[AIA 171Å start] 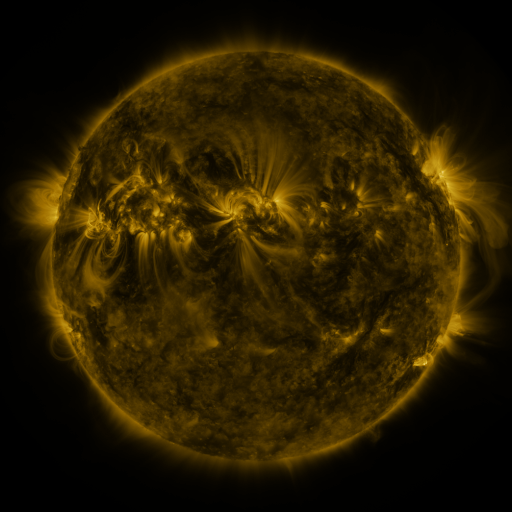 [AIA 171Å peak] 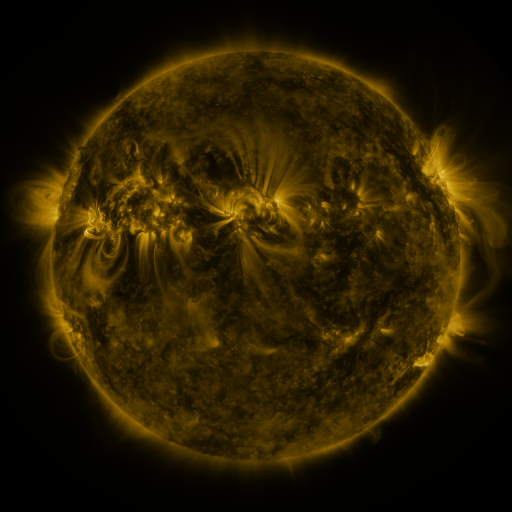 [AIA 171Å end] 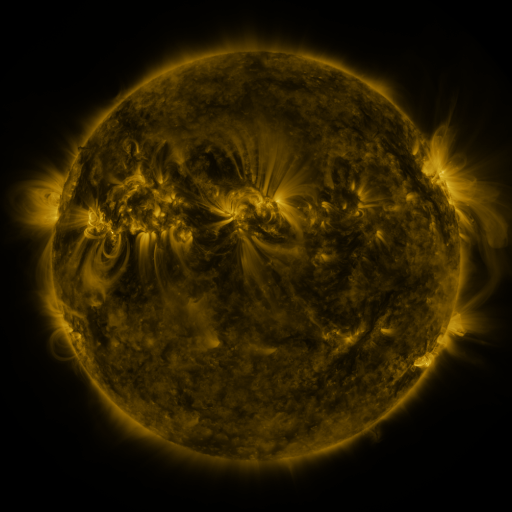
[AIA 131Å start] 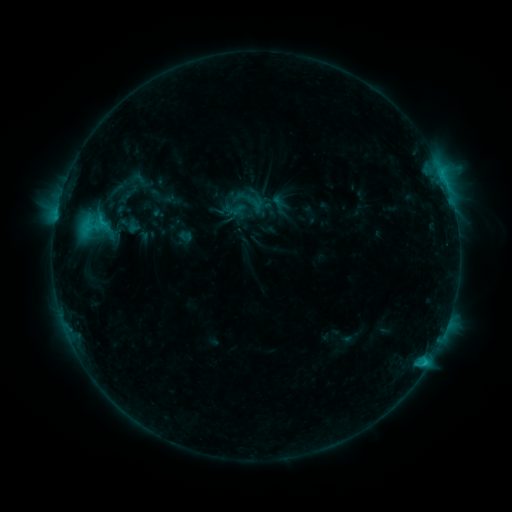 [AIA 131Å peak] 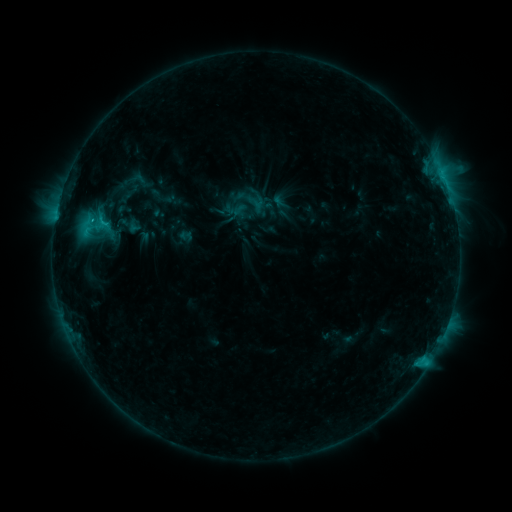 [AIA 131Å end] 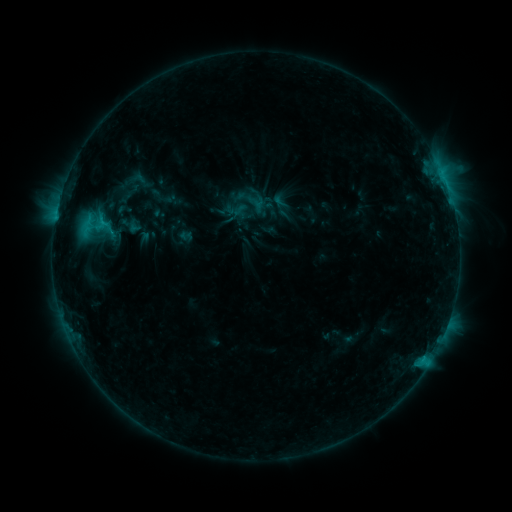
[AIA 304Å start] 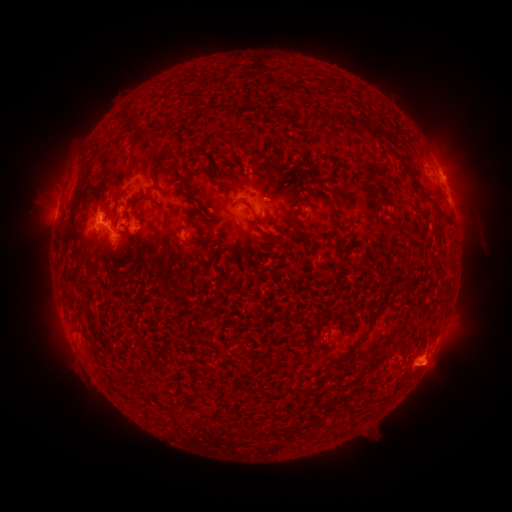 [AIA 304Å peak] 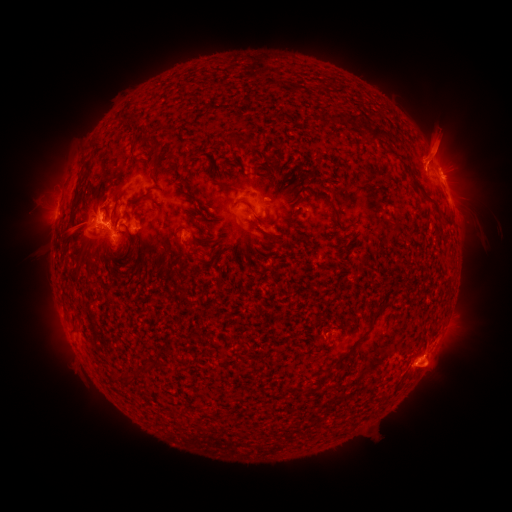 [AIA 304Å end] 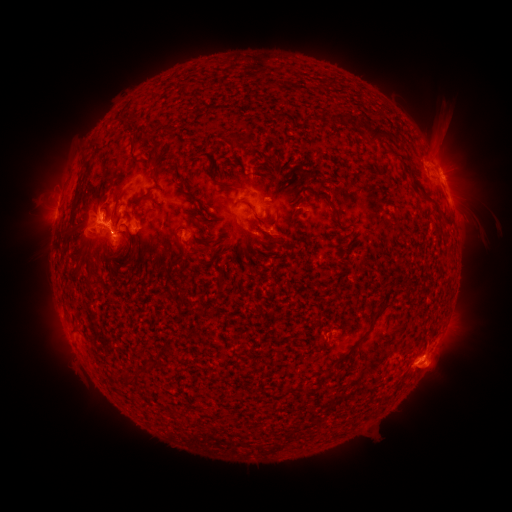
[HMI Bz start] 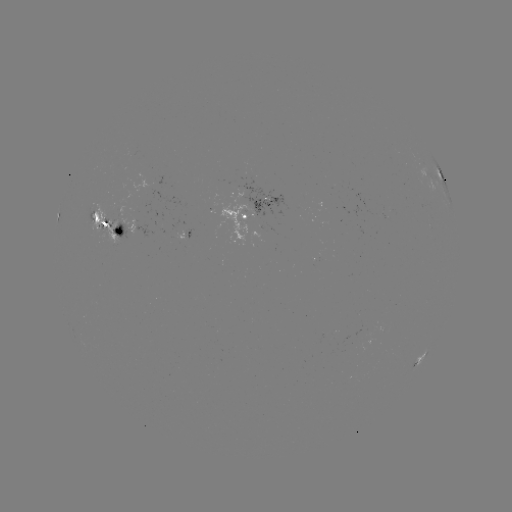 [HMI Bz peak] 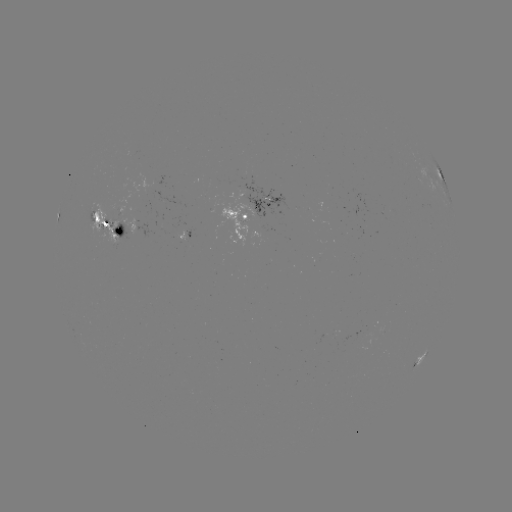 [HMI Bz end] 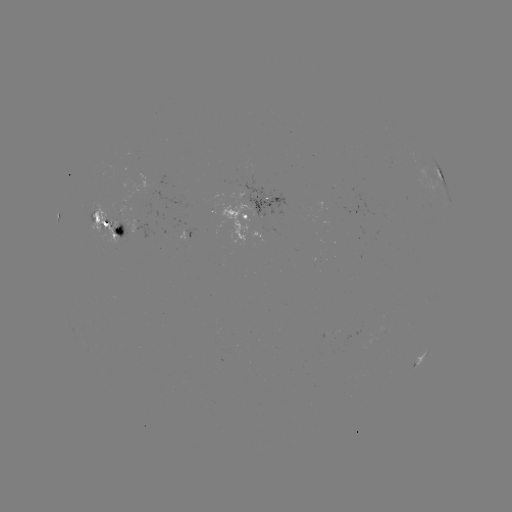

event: eruption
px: (440, 138)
